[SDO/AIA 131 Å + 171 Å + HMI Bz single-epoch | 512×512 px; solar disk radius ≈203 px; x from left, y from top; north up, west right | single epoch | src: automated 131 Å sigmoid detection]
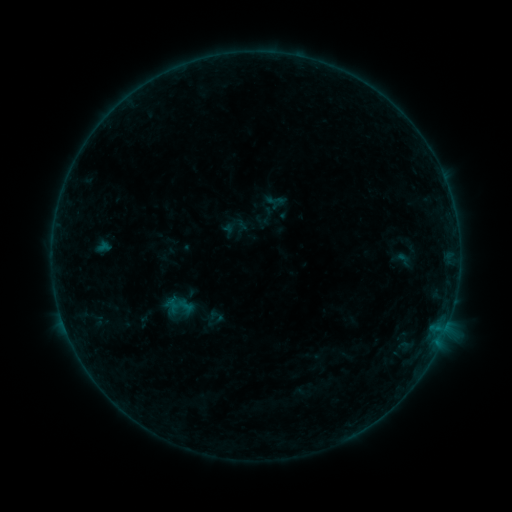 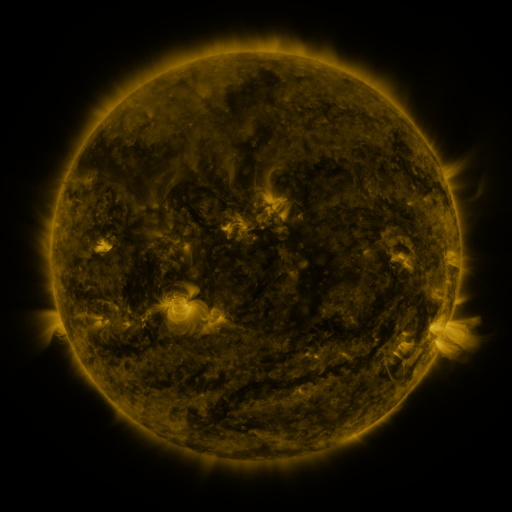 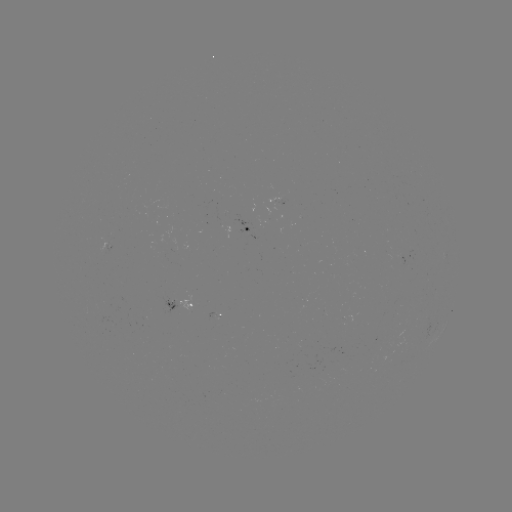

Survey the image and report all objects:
sigmoid: (275, 200)
sigmoid: (186, 306)
